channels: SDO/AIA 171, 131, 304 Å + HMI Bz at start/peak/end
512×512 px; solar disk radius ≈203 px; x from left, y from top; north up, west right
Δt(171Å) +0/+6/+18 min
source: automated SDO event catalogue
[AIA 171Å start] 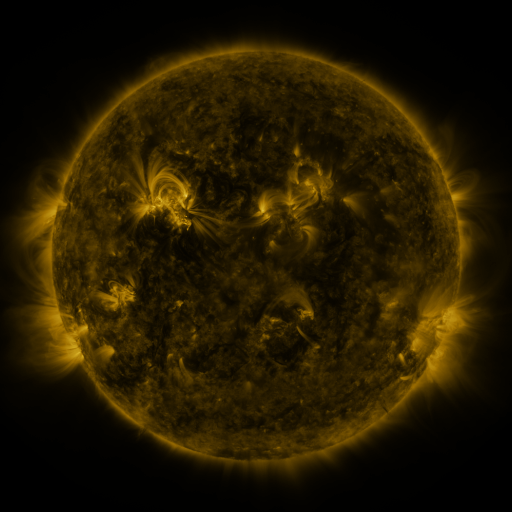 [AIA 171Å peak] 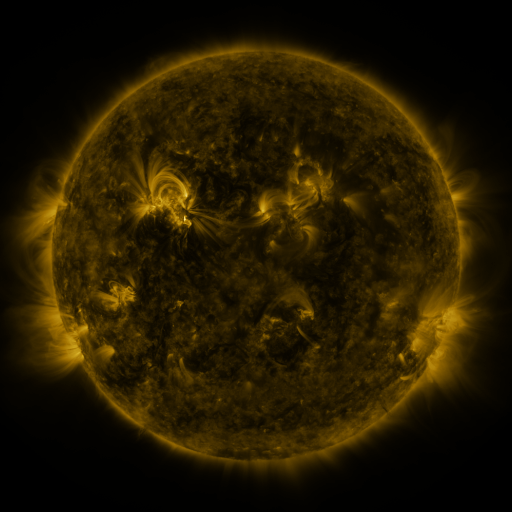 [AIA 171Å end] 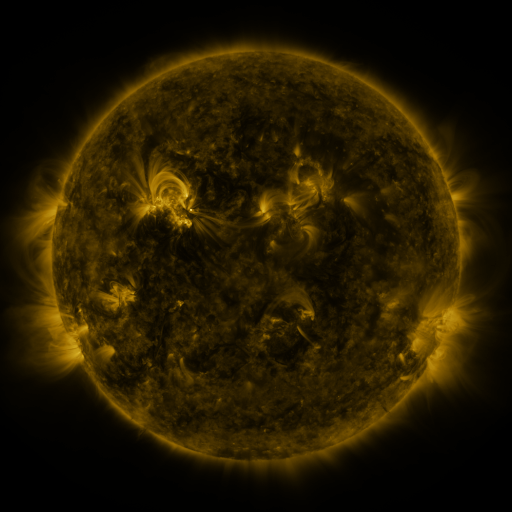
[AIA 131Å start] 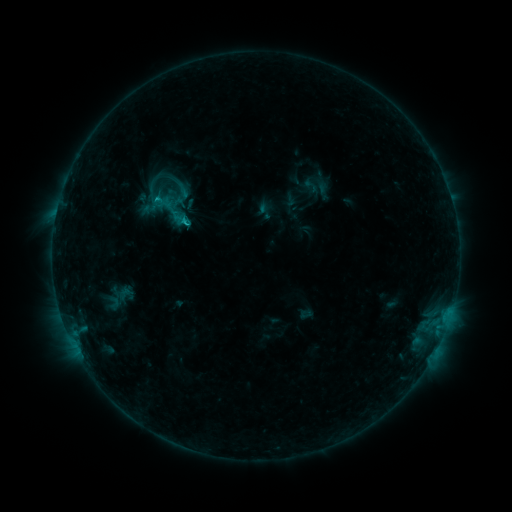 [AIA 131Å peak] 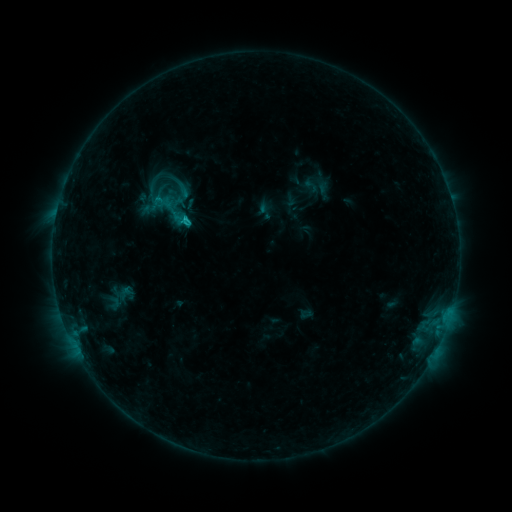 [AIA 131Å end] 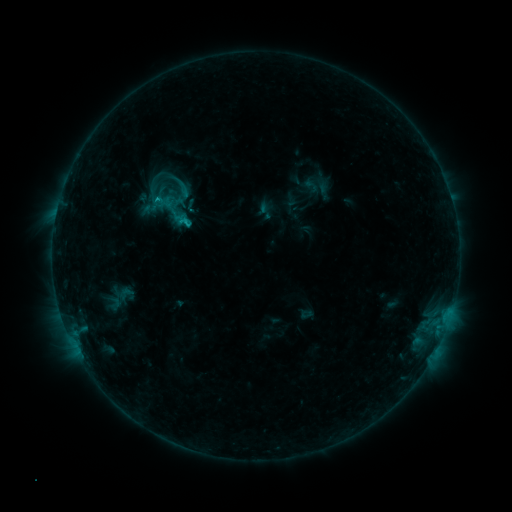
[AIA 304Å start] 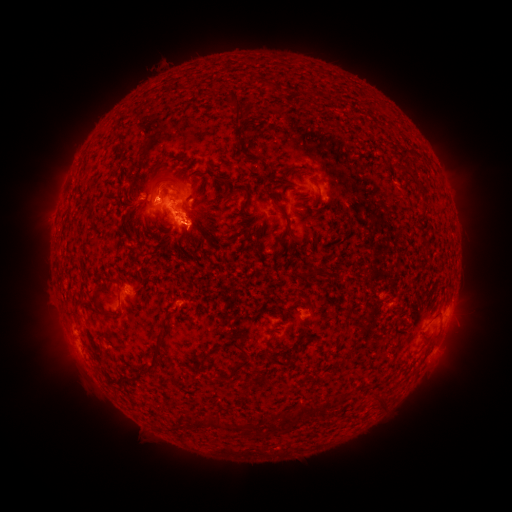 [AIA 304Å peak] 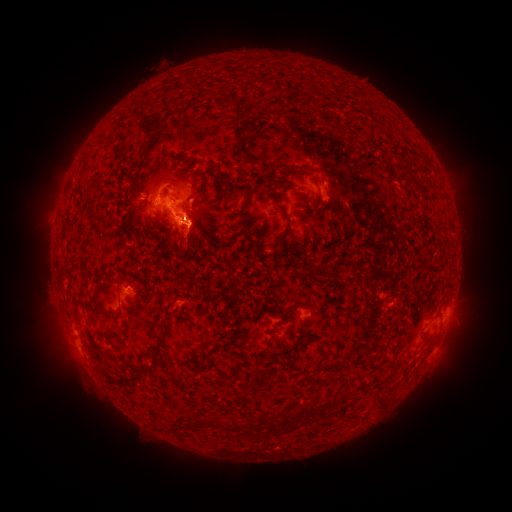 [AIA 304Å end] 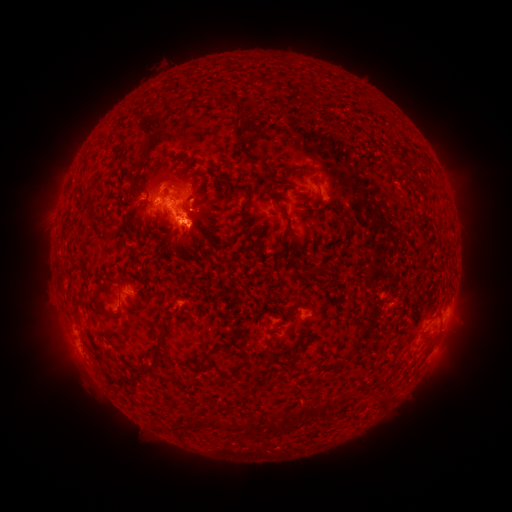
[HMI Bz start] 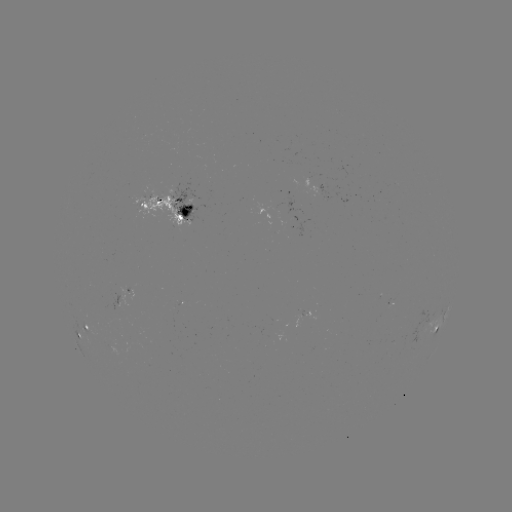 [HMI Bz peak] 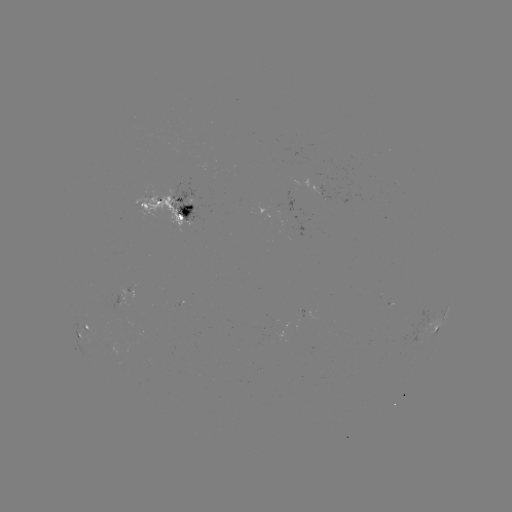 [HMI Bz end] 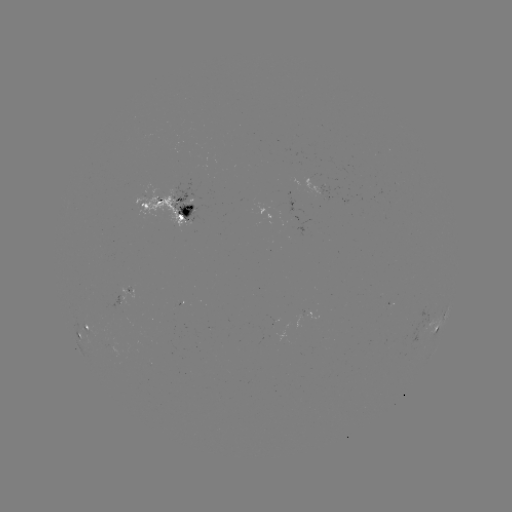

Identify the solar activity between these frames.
eruption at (187, 246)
